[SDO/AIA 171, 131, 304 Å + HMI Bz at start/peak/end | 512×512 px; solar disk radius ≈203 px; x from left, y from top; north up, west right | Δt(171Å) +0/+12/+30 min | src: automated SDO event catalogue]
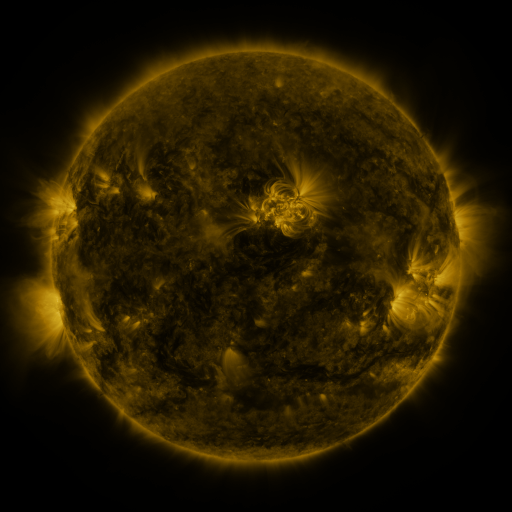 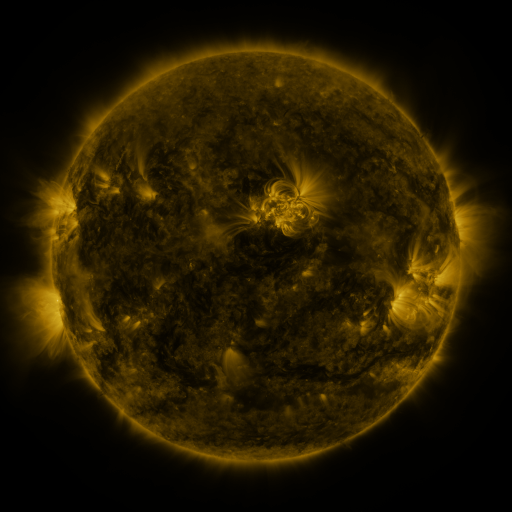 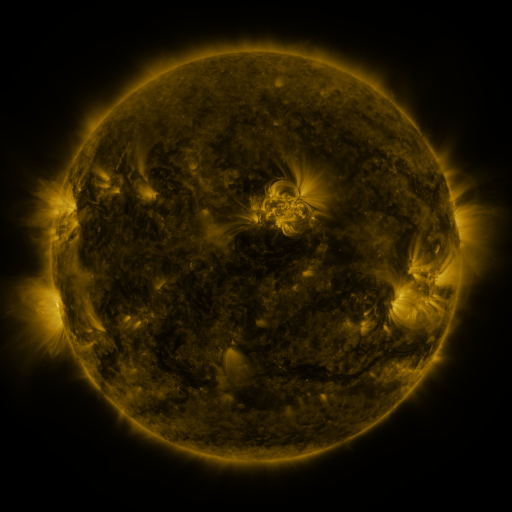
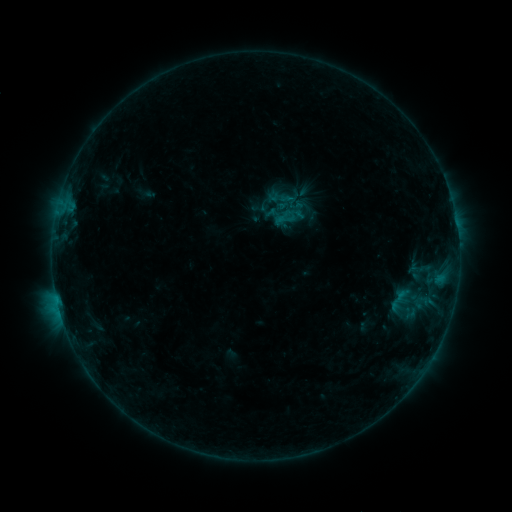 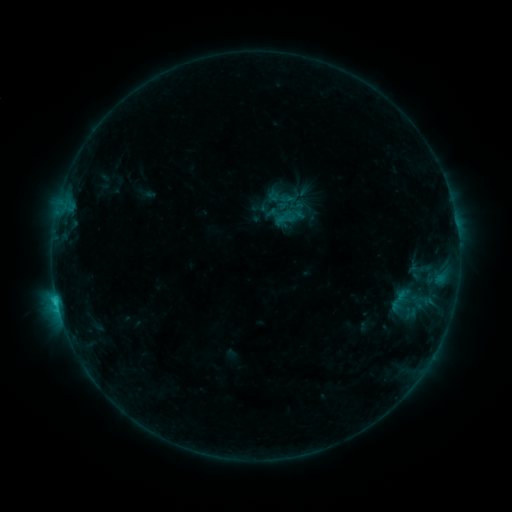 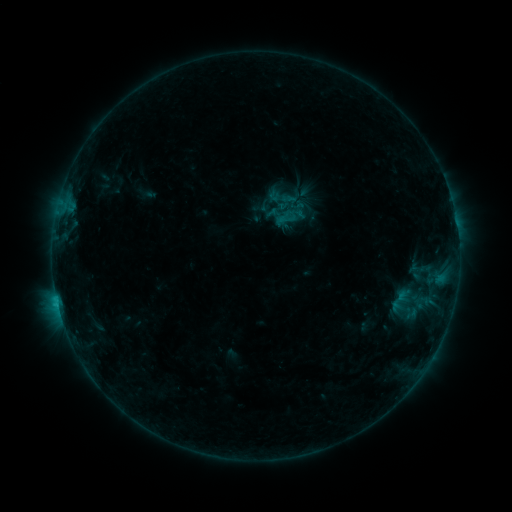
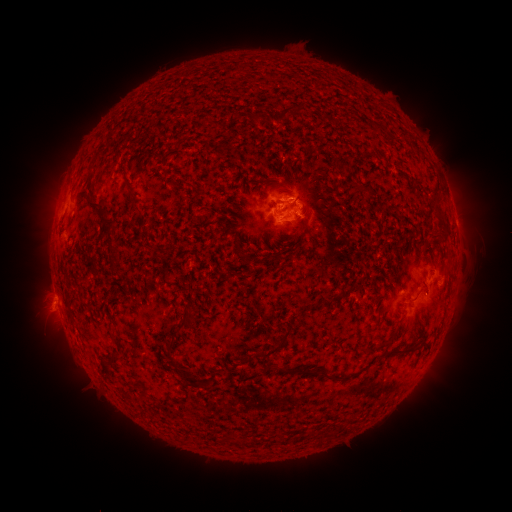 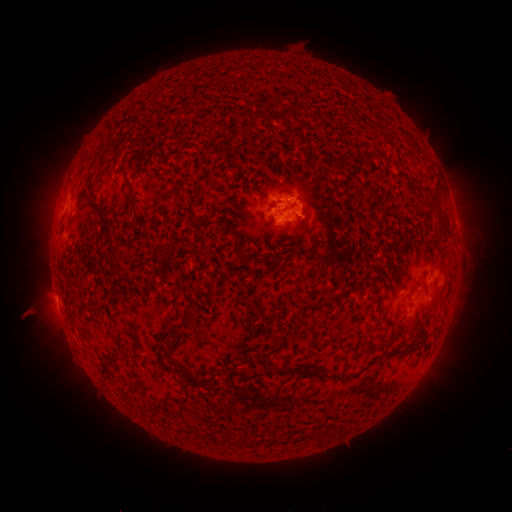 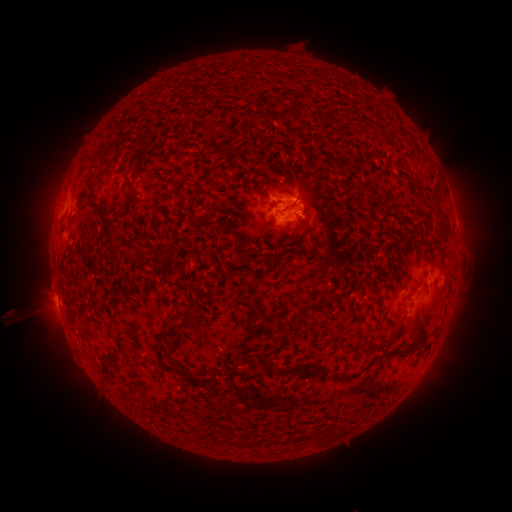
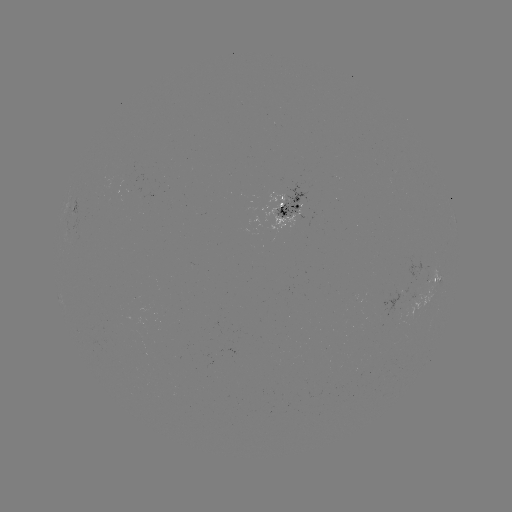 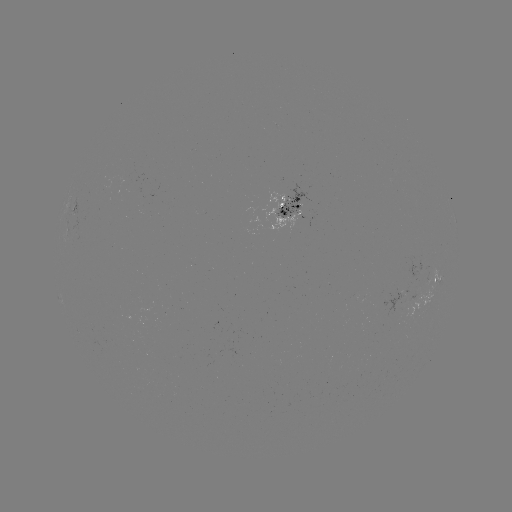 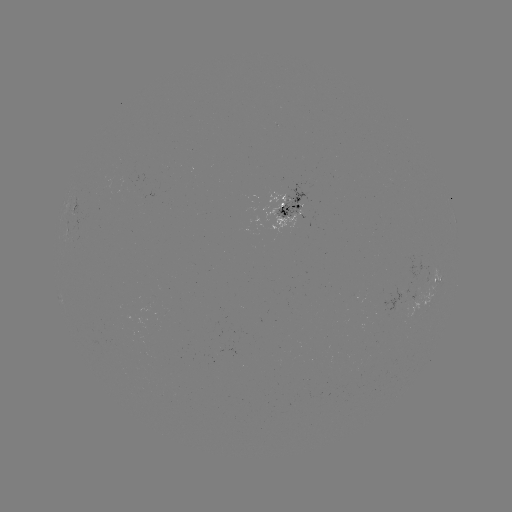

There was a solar flare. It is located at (58, 301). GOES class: C1.1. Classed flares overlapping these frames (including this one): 1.